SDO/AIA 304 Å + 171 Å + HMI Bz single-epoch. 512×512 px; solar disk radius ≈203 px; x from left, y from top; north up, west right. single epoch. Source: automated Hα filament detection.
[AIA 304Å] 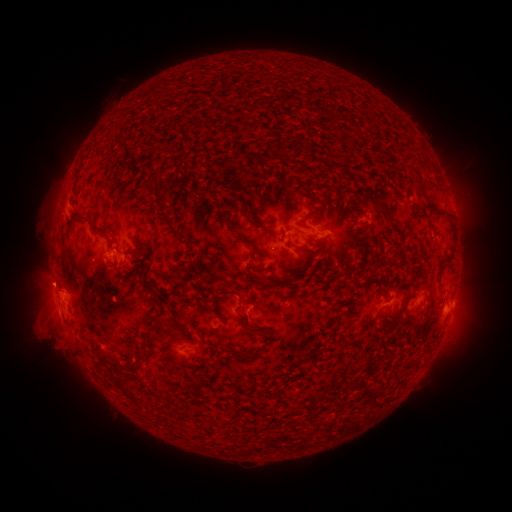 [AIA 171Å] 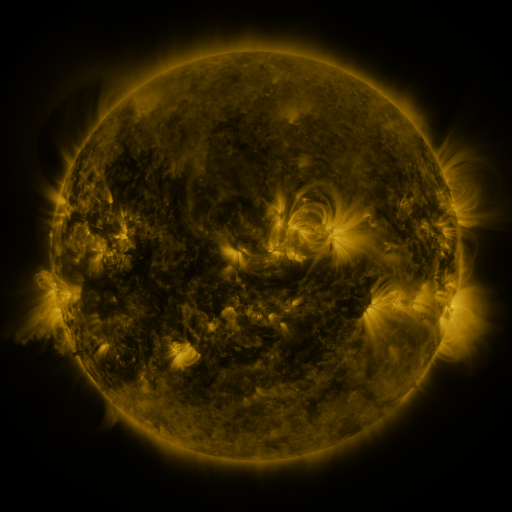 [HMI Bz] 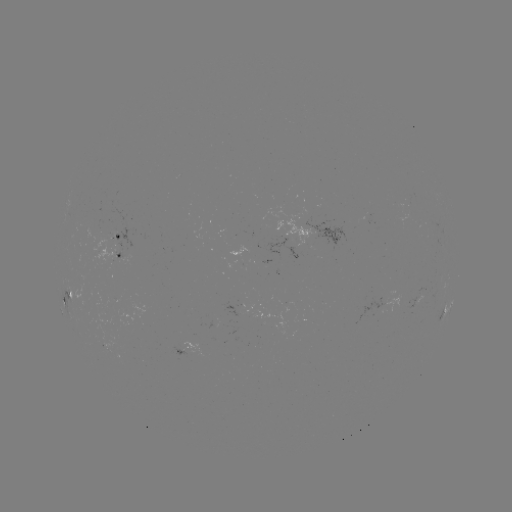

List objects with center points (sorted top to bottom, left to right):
filament: (277, 153)
filament: (246, 154)
filament: (419, 182)
filament: (203, 191)
filament: (158, 197)
filament: (313, 206)
filament: (245, 210)
filament: (387, 211)
filament: (447, 213)
filament: (93, 228)
filament: (173, 231)
filament: (272, 231)
filament: (237, 233)
filament: (302, 247)
filament: (140, 252)
filament: (222, 254)
filament: (445, 258)
filament: (198, 259)
filament: (310, 261)
filament: (143, 263)
filament: (264, 285)
filament: (230, 293)
filament: (403, 306)
filament: (189, 322)
filament: (253, 330)
filament: (170, 337)
filament: (248, 355)
filament: (133, 366)
filament: (127, 393)
